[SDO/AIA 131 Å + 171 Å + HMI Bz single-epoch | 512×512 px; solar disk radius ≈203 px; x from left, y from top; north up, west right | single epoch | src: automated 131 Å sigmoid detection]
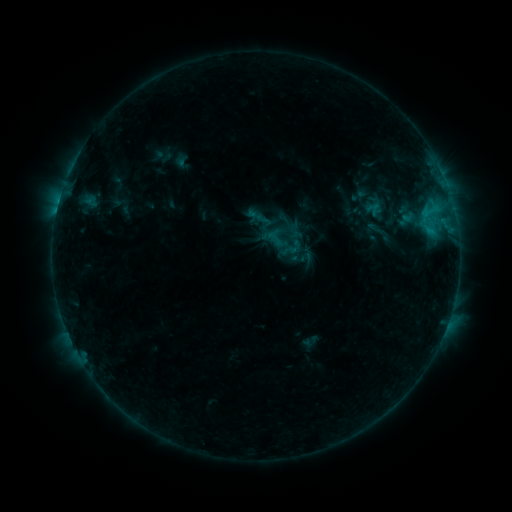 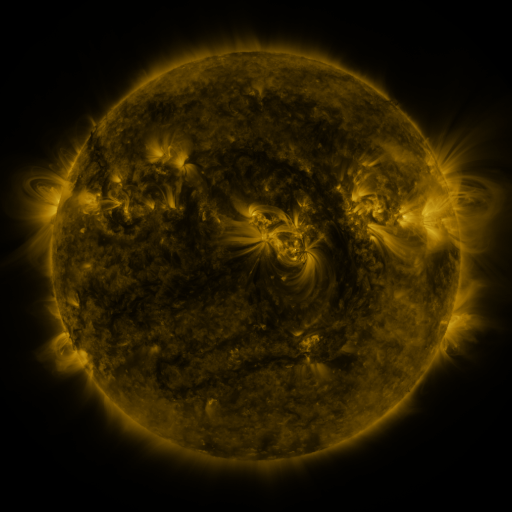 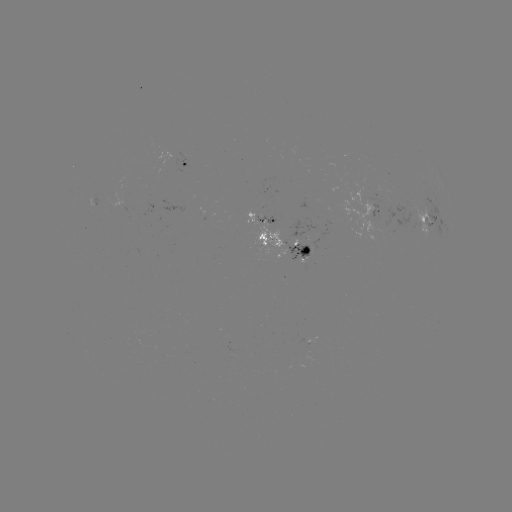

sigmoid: <bbox>280, 237, 303, 259</bbox>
